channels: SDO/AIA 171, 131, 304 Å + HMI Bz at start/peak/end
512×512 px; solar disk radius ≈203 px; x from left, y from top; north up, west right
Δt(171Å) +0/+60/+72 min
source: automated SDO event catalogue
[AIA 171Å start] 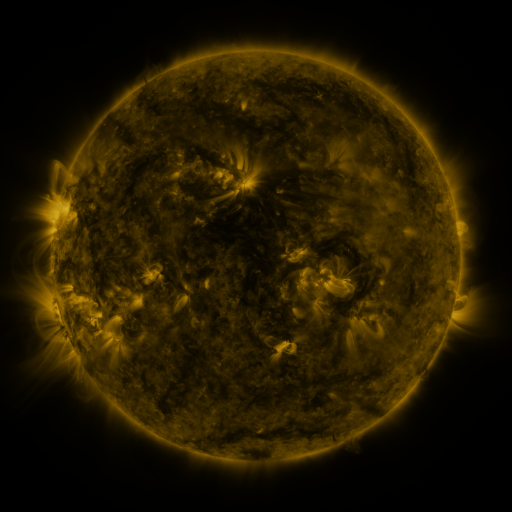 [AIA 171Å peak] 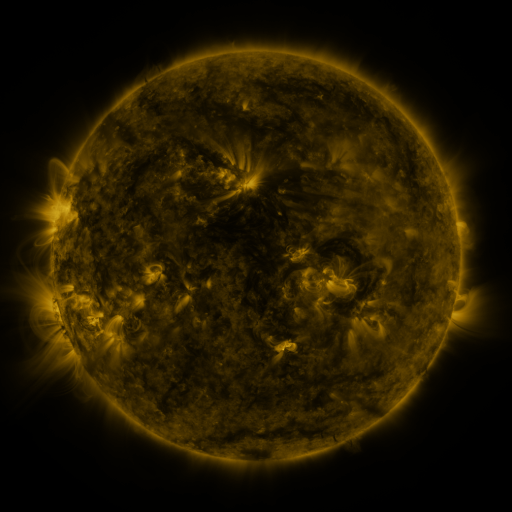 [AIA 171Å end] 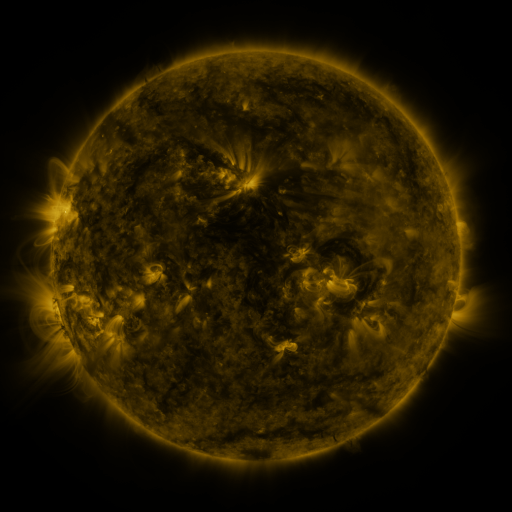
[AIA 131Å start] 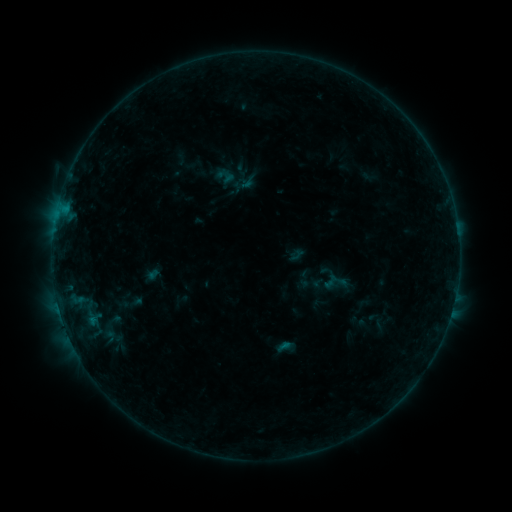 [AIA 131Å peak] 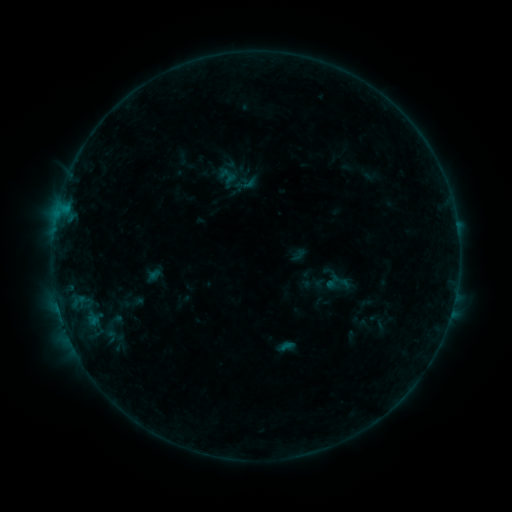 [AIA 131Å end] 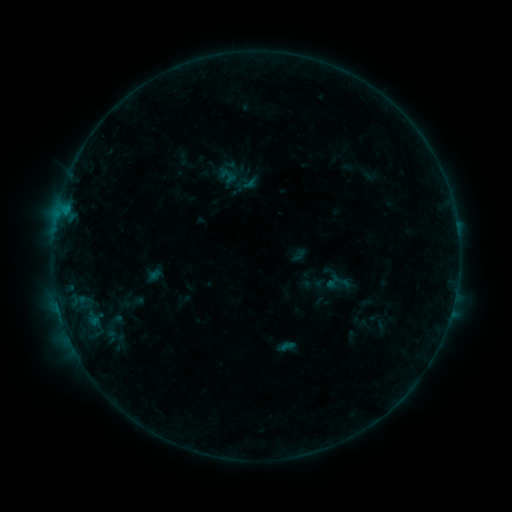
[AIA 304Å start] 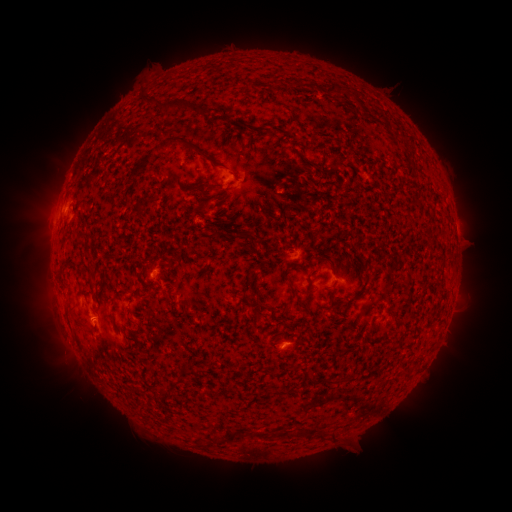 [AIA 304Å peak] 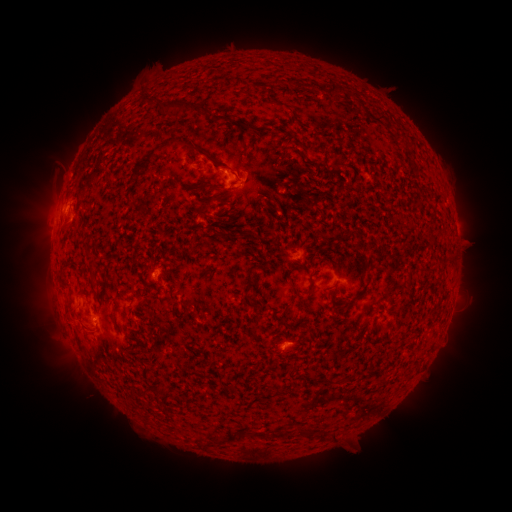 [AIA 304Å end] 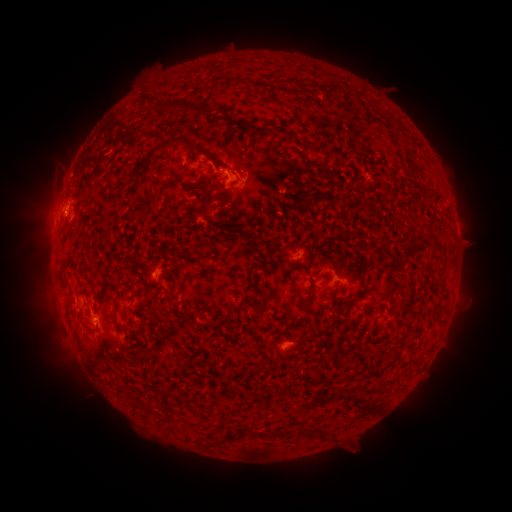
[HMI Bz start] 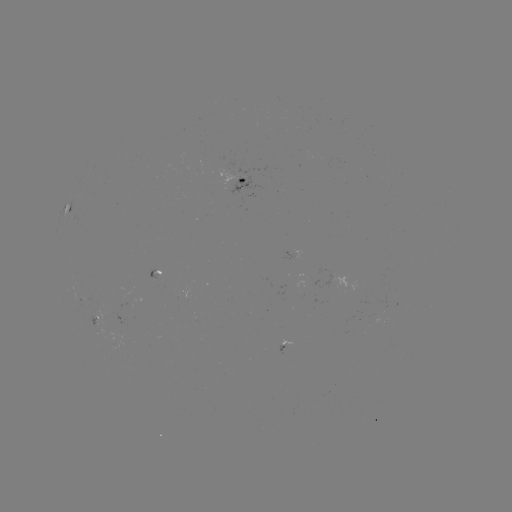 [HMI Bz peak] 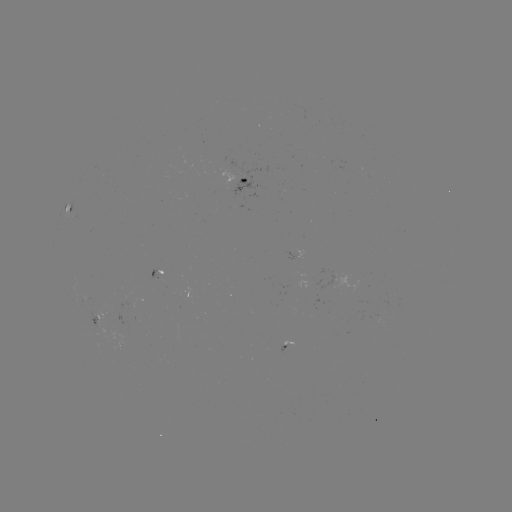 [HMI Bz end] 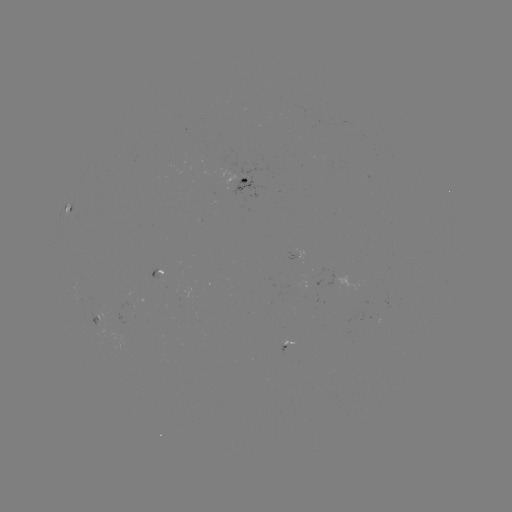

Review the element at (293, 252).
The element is emerging-flux region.